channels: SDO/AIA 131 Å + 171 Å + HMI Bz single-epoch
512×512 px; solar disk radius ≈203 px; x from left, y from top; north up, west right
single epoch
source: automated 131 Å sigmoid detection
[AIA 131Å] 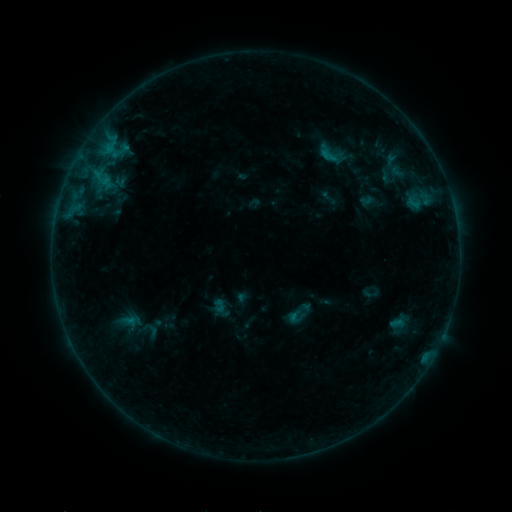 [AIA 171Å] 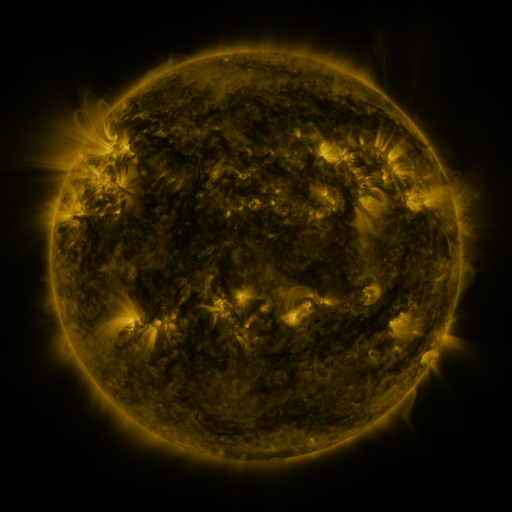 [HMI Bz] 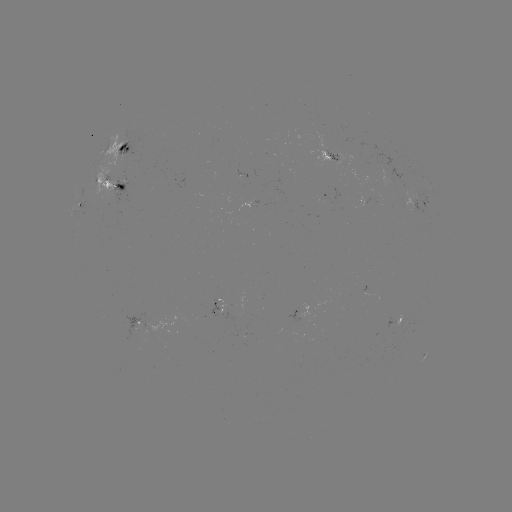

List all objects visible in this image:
sigmoid: (330, 154)
